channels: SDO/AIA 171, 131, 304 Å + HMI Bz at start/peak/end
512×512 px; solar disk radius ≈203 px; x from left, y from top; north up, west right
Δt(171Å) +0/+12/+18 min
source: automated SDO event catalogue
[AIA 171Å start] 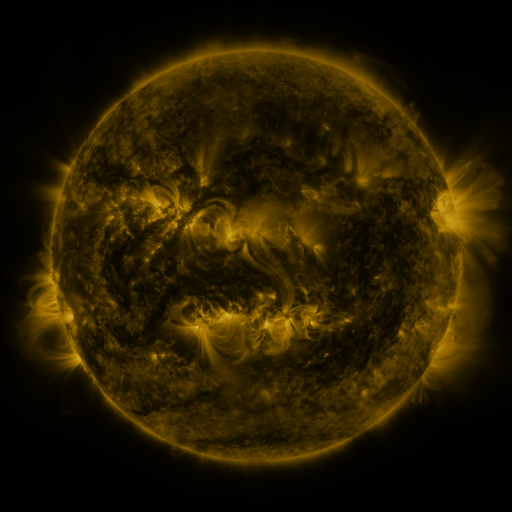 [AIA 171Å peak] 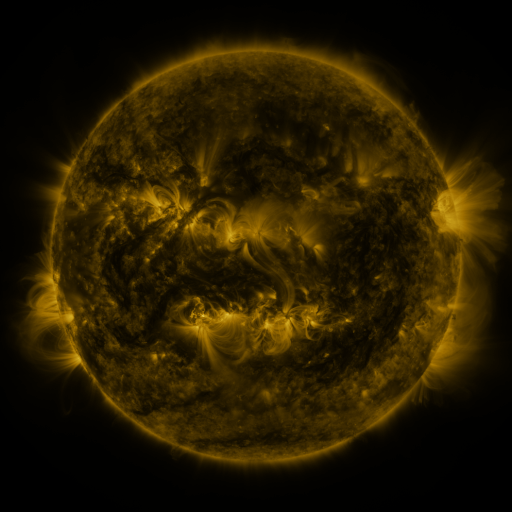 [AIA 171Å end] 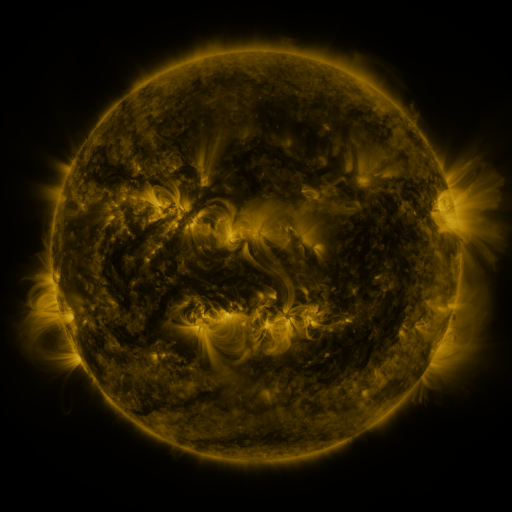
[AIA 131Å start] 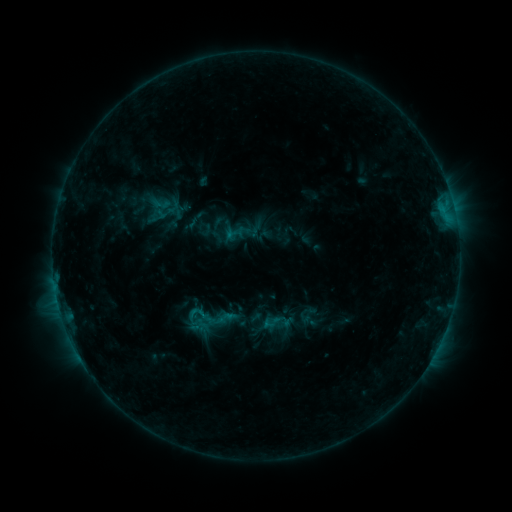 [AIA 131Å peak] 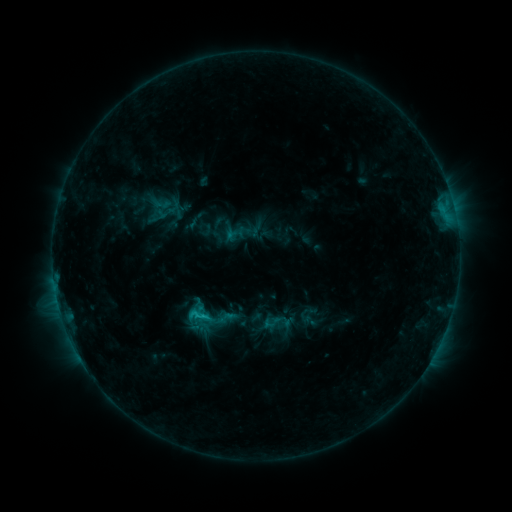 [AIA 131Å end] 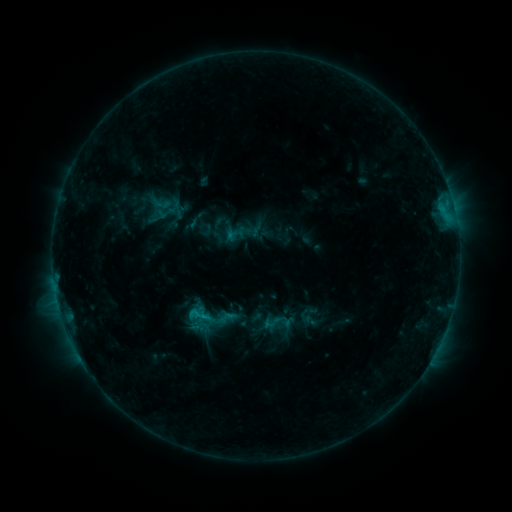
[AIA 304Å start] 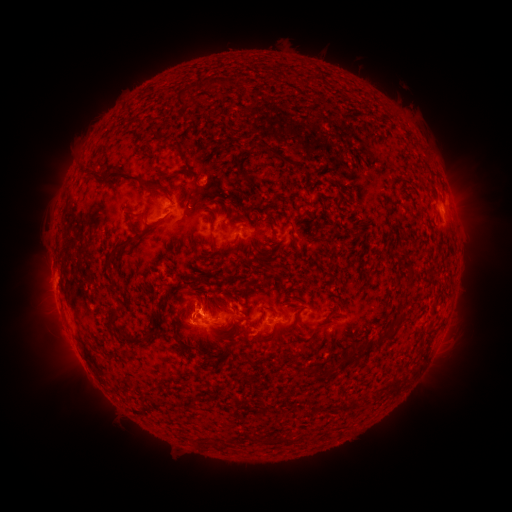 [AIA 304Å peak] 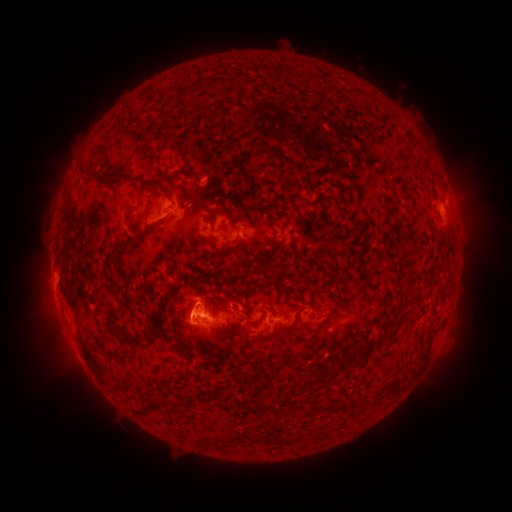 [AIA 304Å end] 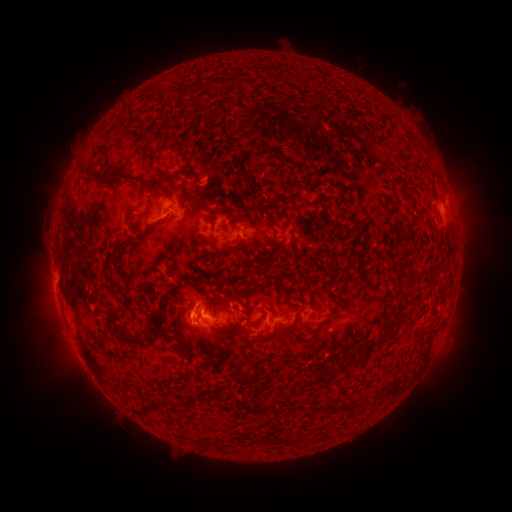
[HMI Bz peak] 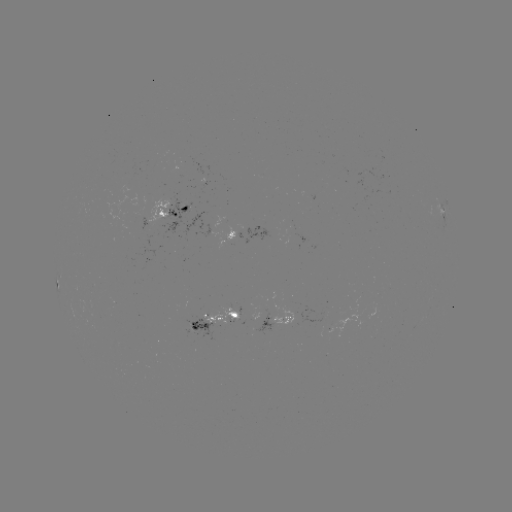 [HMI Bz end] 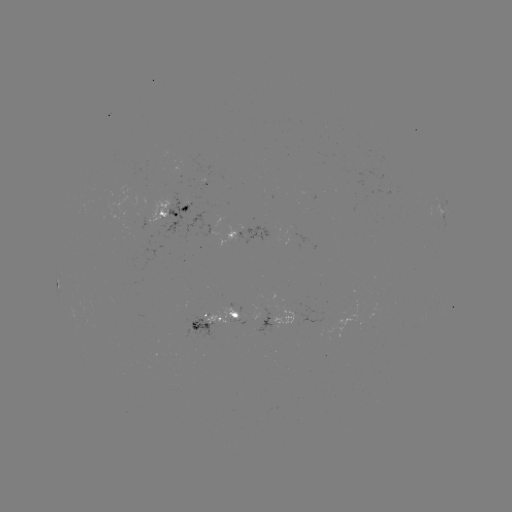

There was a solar flare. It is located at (206, 317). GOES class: C1.1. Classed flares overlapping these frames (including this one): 1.